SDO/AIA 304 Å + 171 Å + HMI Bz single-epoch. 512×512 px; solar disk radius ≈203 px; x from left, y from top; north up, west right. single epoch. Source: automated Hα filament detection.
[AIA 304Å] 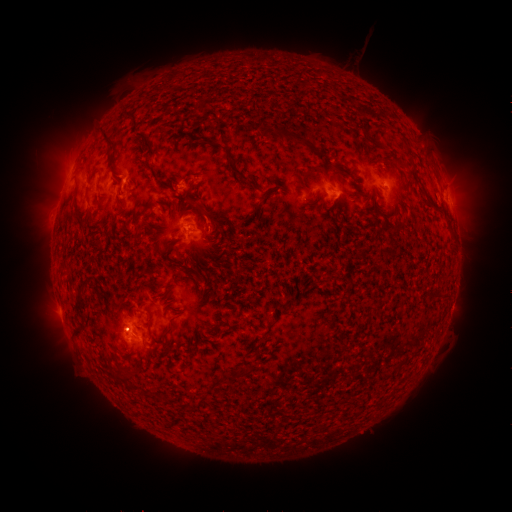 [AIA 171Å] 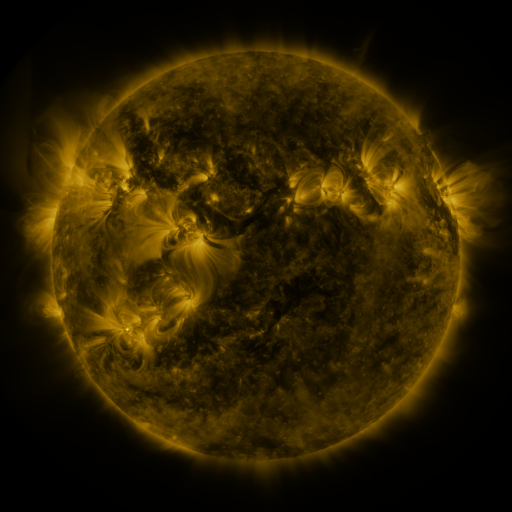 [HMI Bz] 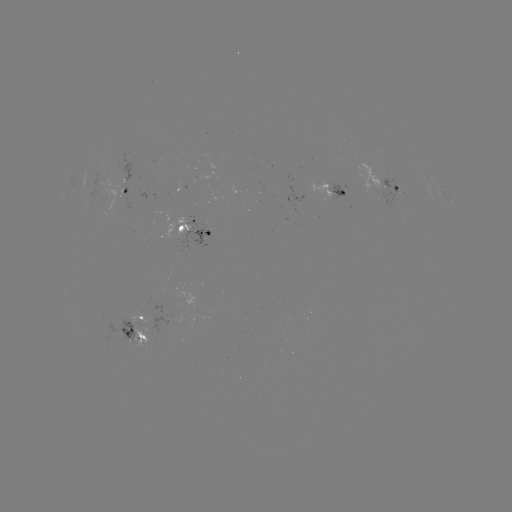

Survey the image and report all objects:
filament: [101, 128, 116, 145]
filament: [278, 128, 310, 147]
filament: [136, 131, 157, 156]
filament: [106, 151, 114, 167]
filament: [312, 165, 322, 175]
filament: [231, 166, 257, 188]
filament: [186, 198, 198, 206]
filament: [199, 206, 210, 220]
filament: [177, 224, 185, 232]
filament: [72, 292, 84, 310]
filament: [240, 315, 248, 326]
filament: [161, 326, 172, 338]
filament: [137, 331, 147, 340]
